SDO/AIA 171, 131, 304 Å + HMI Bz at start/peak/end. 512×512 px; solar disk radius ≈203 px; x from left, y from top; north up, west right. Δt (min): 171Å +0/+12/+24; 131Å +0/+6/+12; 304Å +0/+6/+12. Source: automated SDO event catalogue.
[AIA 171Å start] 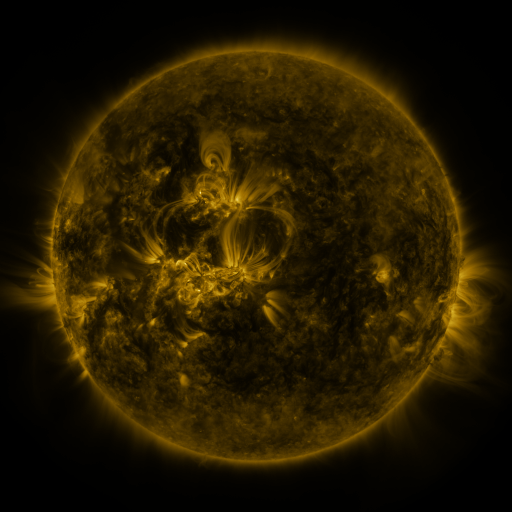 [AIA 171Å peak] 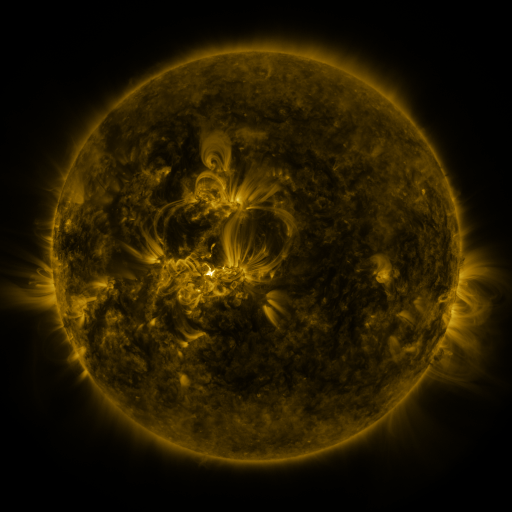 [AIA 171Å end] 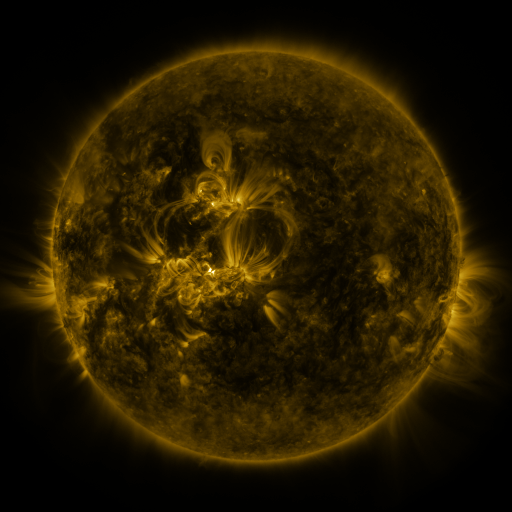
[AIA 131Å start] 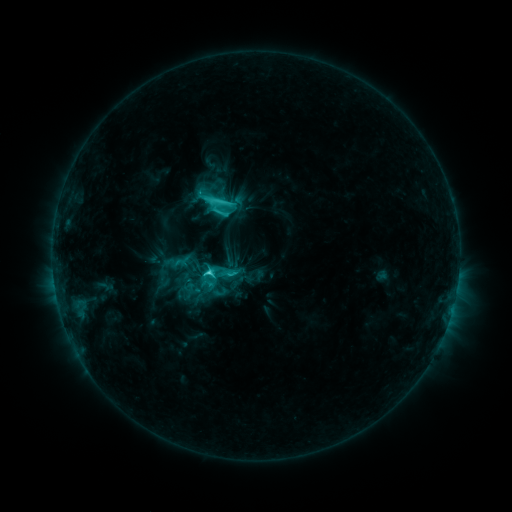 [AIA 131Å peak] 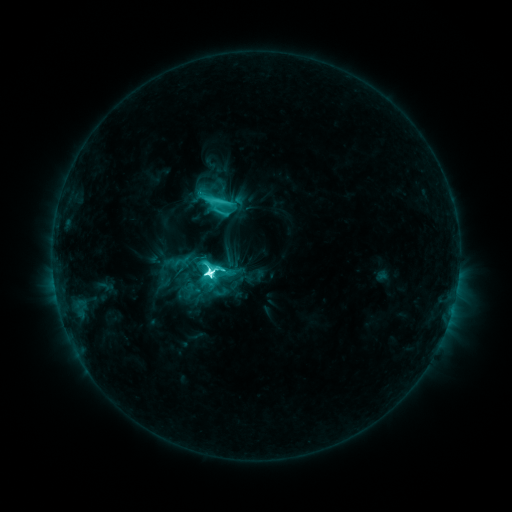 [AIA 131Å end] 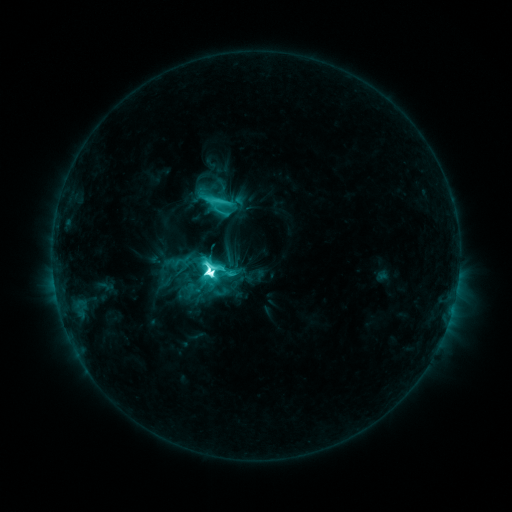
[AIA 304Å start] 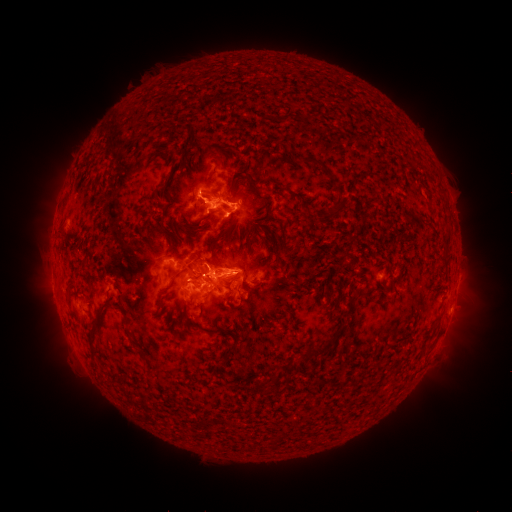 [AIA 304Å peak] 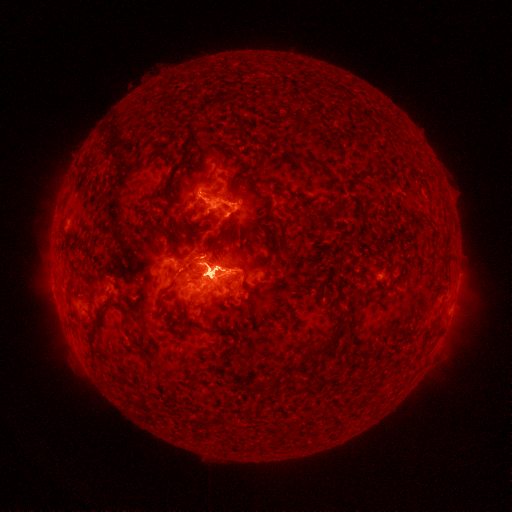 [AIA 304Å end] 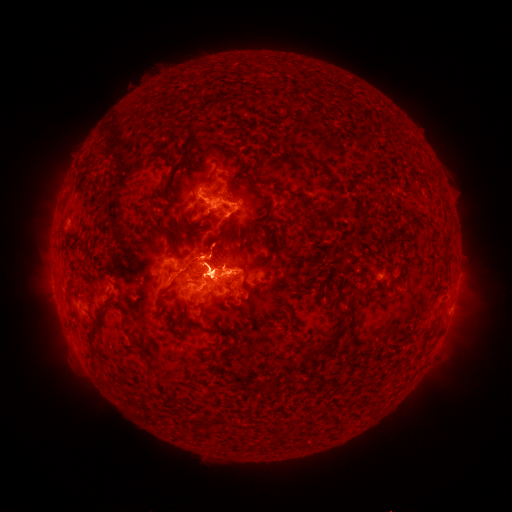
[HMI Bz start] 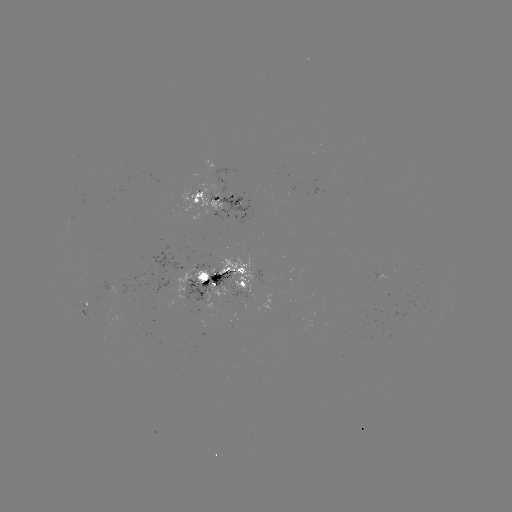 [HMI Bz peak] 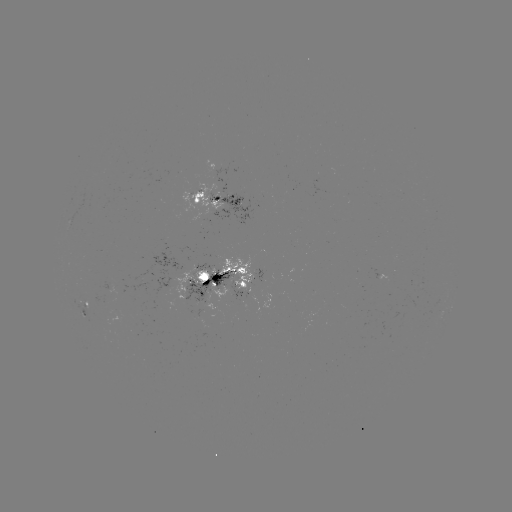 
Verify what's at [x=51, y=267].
eruption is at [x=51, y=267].